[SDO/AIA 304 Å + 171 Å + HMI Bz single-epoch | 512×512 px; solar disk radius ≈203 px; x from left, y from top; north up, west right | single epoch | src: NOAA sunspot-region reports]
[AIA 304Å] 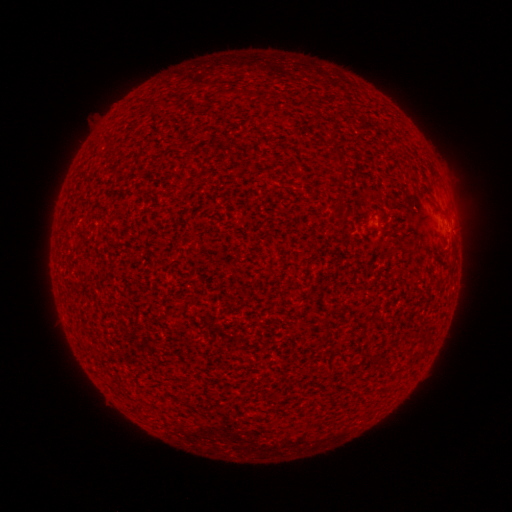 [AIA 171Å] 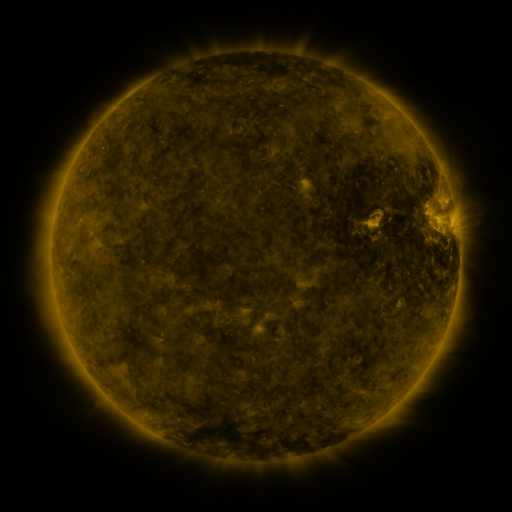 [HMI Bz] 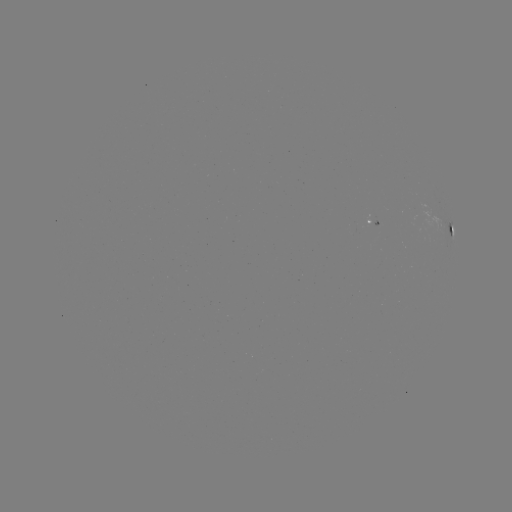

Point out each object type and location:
spotted active region: (366, 222)
spotted active region: (452, 230)
